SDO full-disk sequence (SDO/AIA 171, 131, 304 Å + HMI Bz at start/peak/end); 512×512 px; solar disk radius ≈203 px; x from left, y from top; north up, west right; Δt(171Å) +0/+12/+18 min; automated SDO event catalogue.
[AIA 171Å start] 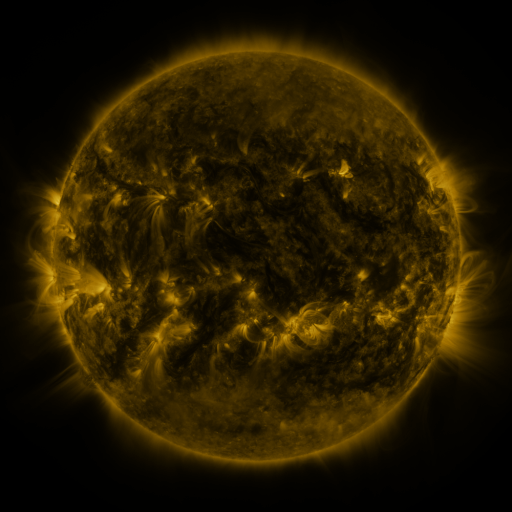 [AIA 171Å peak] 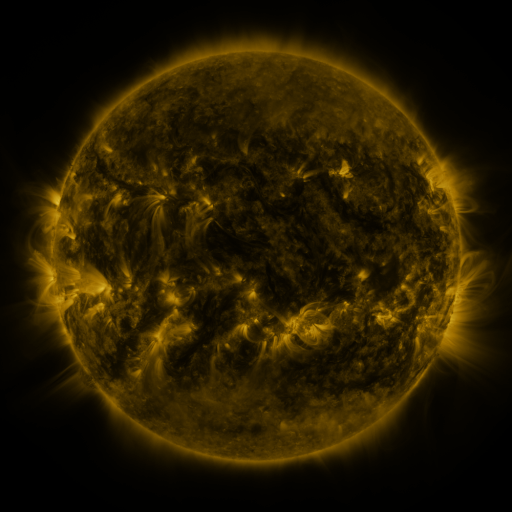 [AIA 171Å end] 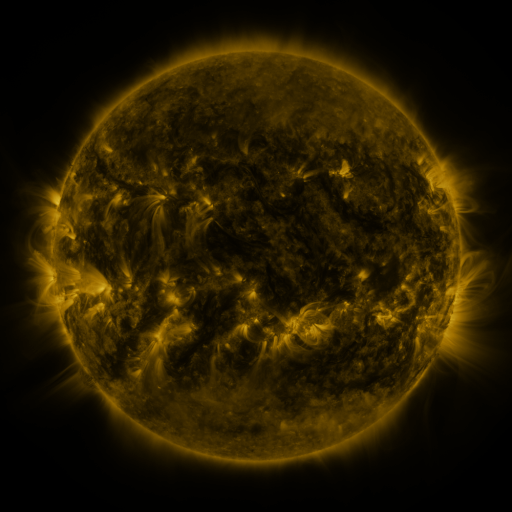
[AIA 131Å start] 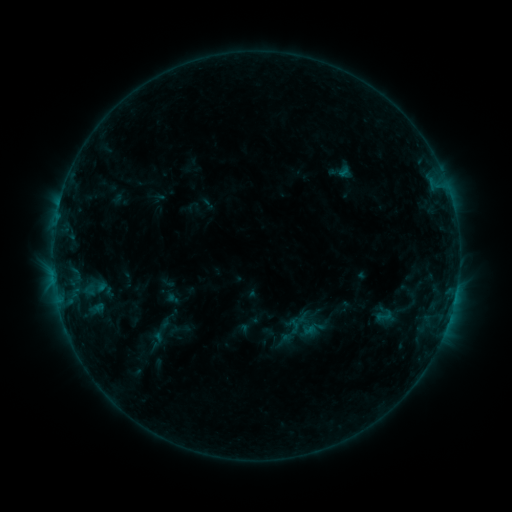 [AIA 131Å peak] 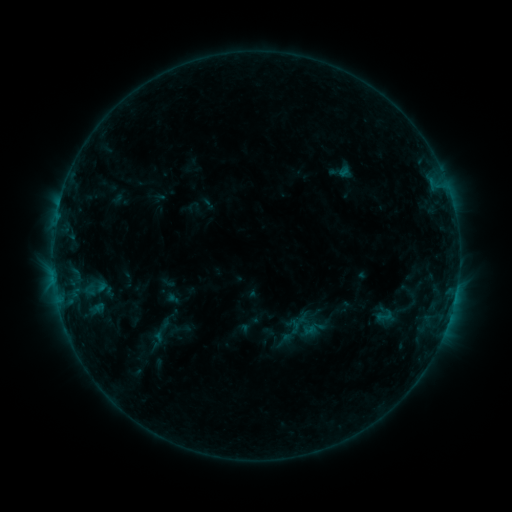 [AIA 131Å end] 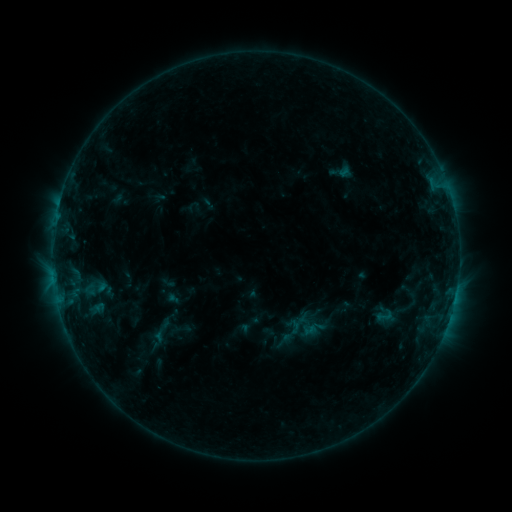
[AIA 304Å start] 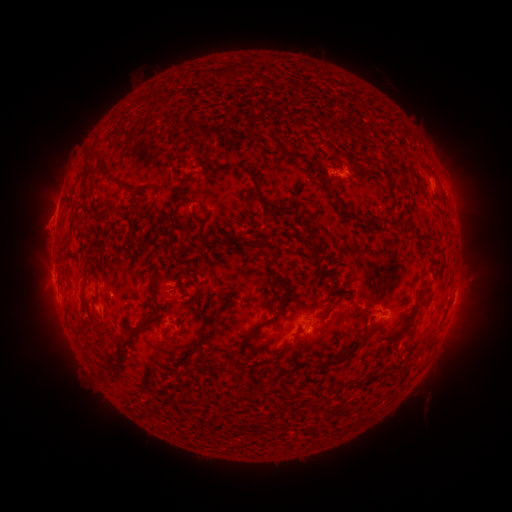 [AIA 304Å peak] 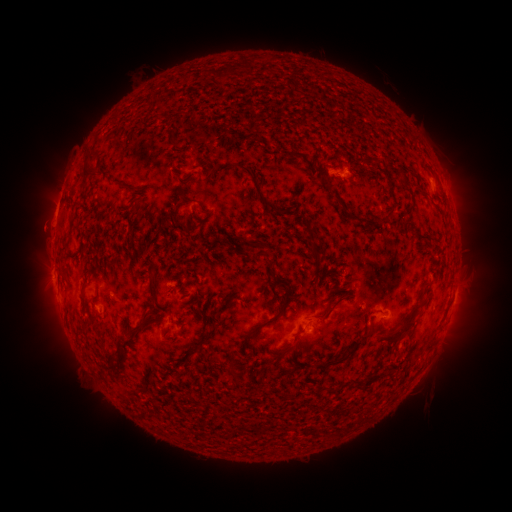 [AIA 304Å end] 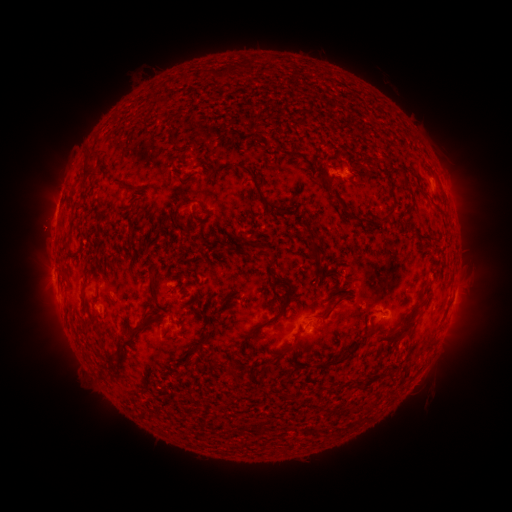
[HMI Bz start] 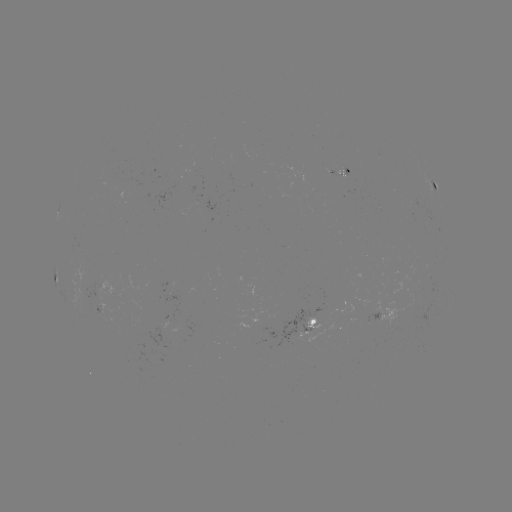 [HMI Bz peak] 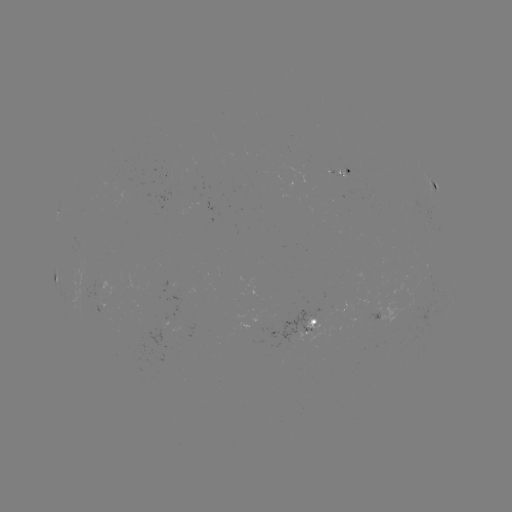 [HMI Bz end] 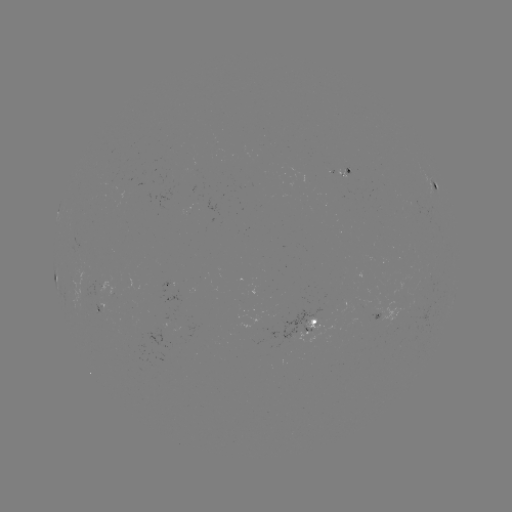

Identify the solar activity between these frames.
eruption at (41, 229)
